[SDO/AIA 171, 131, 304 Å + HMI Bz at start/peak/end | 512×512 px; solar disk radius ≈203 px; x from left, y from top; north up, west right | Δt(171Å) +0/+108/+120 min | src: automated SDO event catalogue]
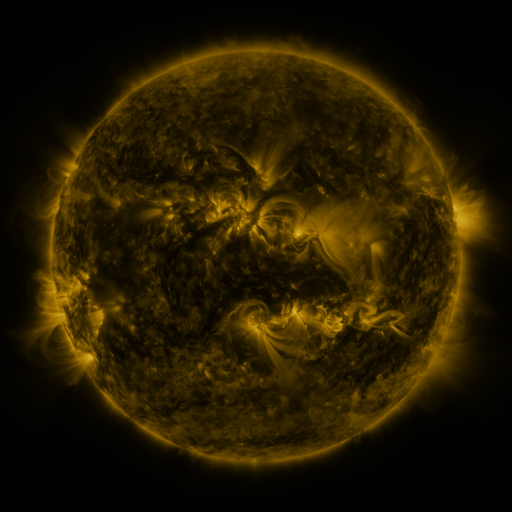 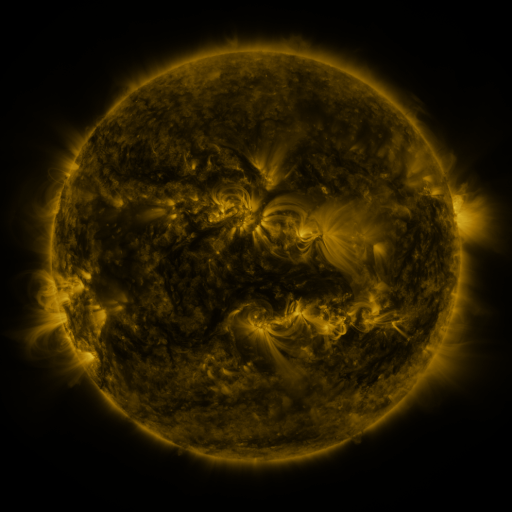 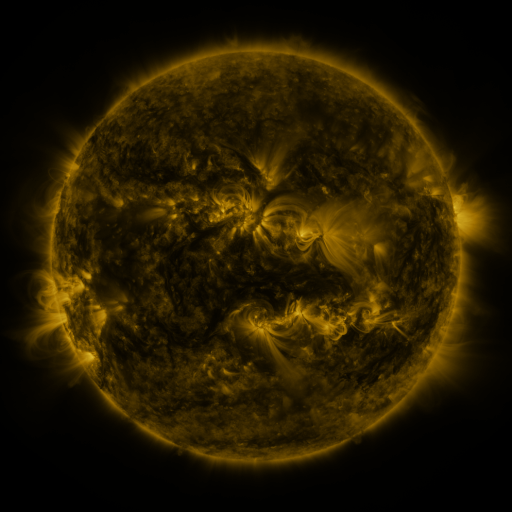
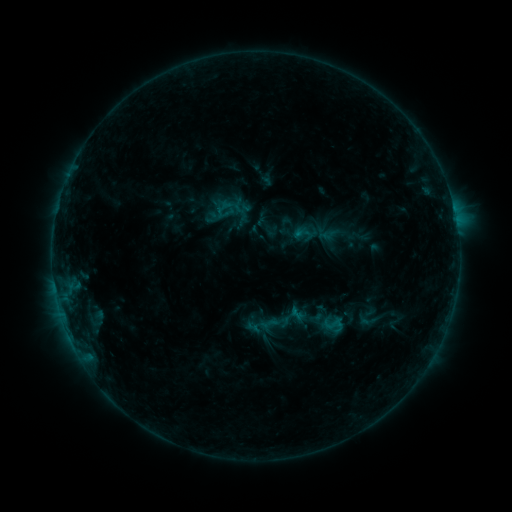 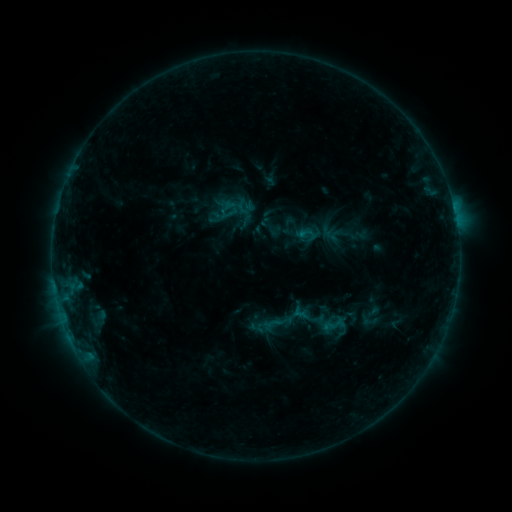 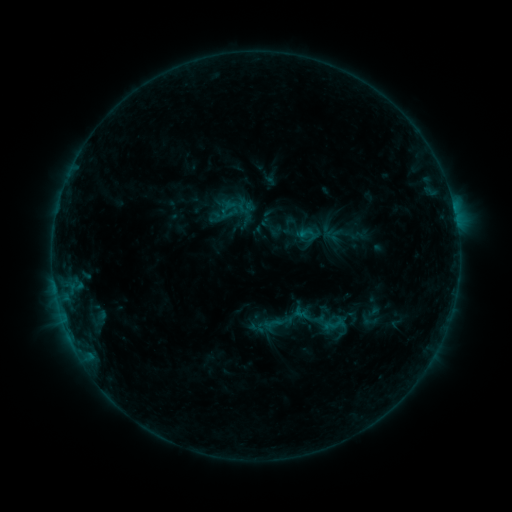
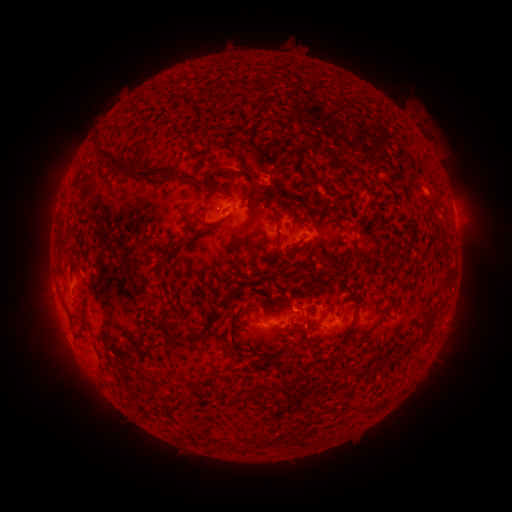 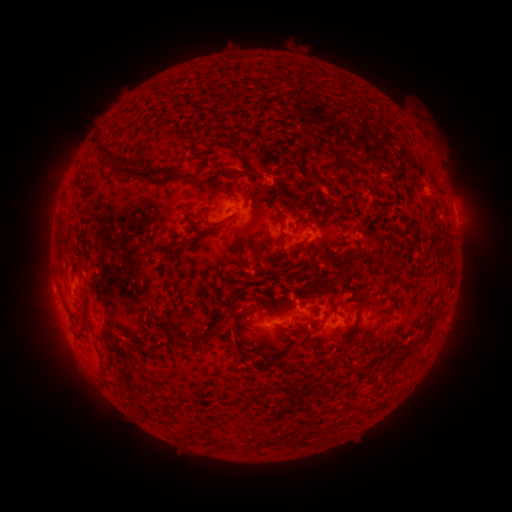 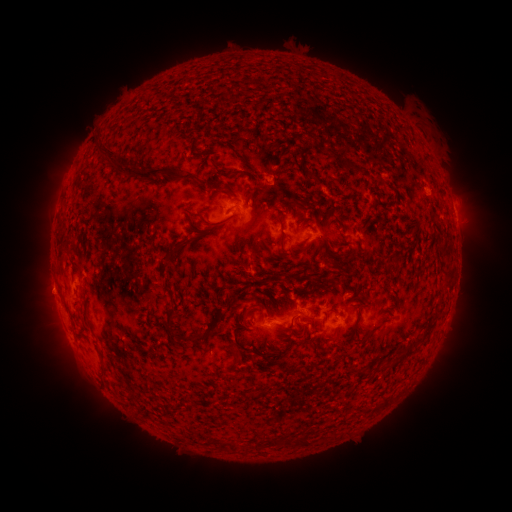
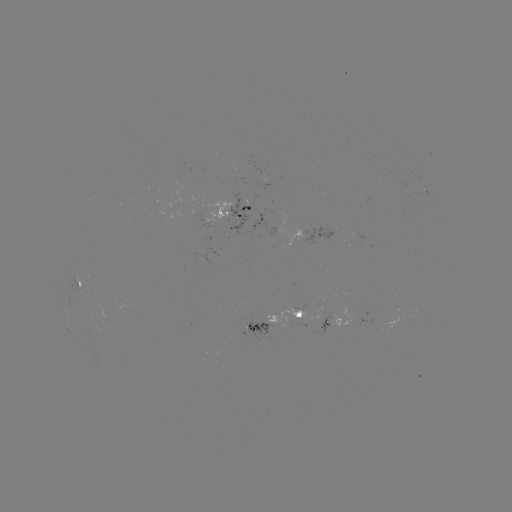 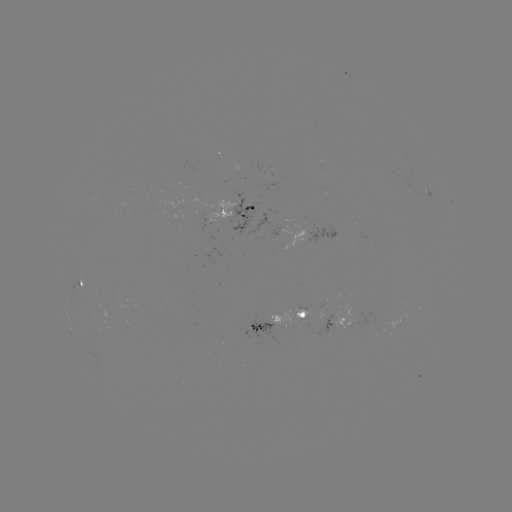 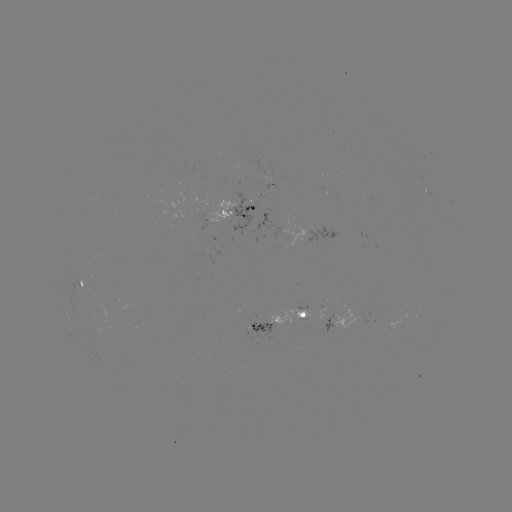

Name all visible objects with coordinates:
emerging-flux region: (372, 325)
